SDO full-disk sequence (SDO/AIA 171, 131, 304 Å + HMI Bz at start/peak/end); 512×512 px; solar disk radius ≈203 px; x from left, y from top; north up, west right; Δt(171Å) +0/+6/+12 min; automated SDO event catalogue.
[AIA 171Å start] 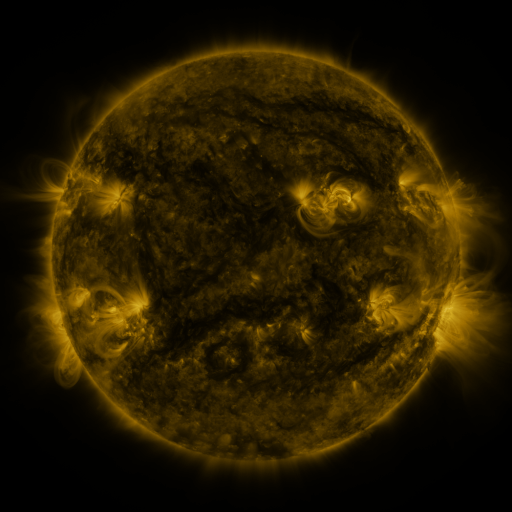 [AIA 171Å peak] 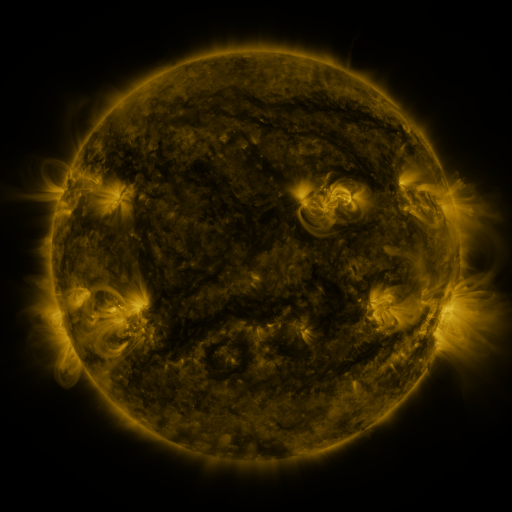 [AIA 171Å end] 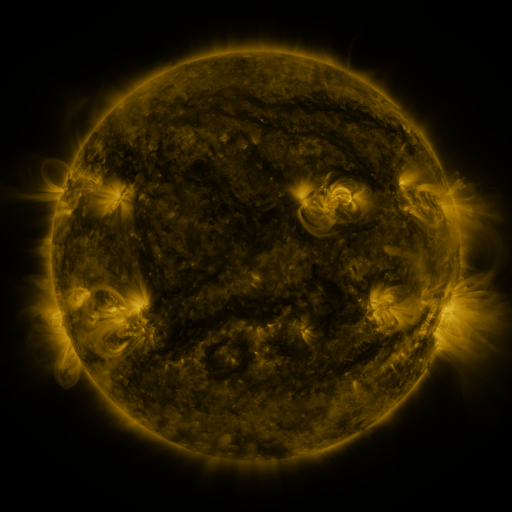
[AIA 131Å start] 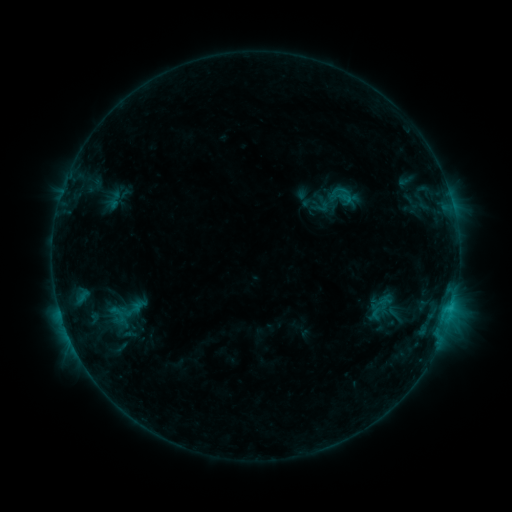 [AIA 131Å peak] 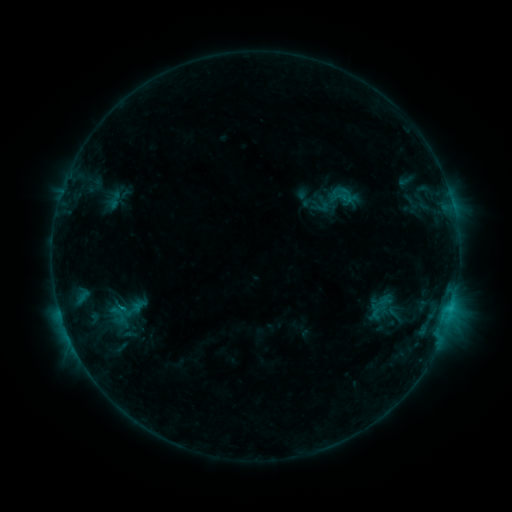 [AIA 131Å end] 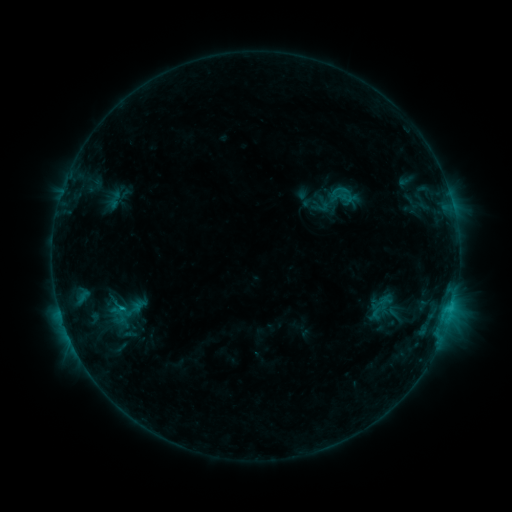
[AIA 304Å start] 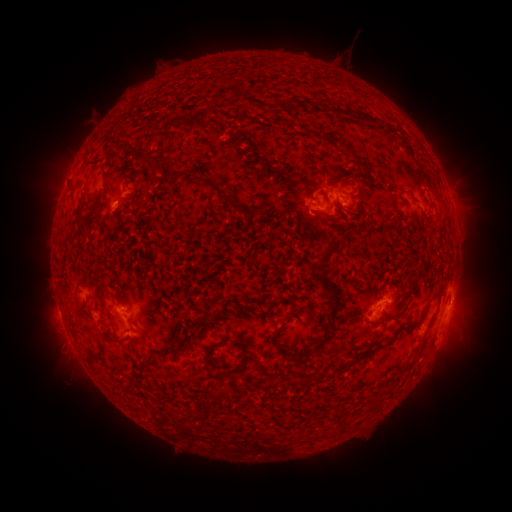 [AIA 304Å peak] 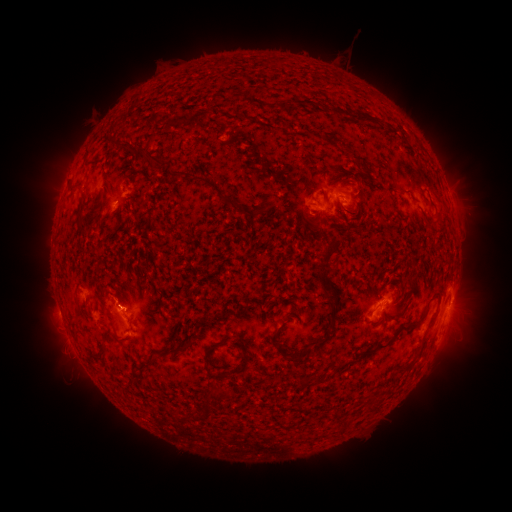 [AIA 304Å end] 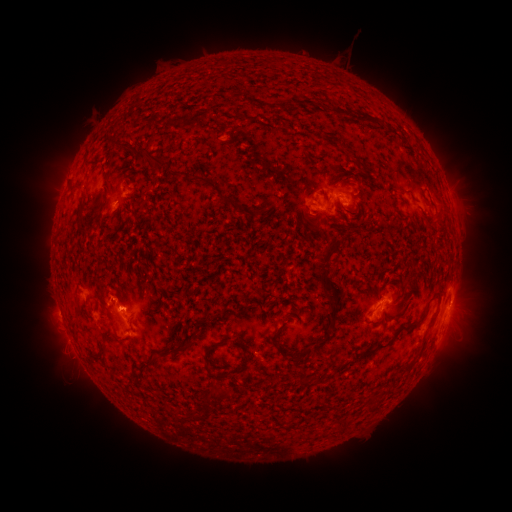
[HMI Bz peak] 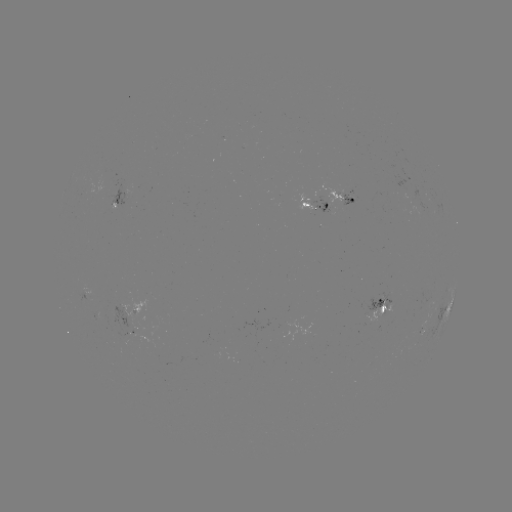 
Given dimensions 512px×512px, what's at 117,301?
C1.0 flare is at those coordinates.